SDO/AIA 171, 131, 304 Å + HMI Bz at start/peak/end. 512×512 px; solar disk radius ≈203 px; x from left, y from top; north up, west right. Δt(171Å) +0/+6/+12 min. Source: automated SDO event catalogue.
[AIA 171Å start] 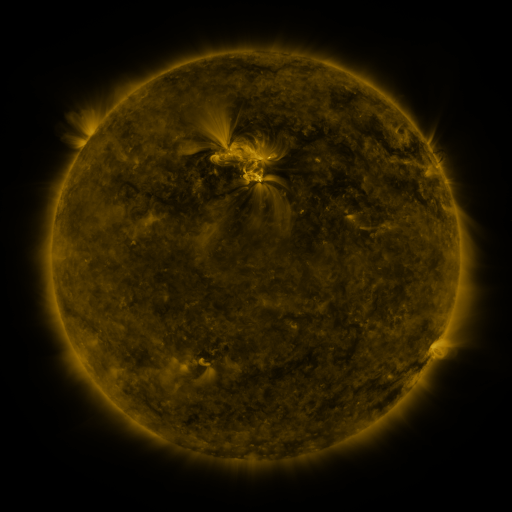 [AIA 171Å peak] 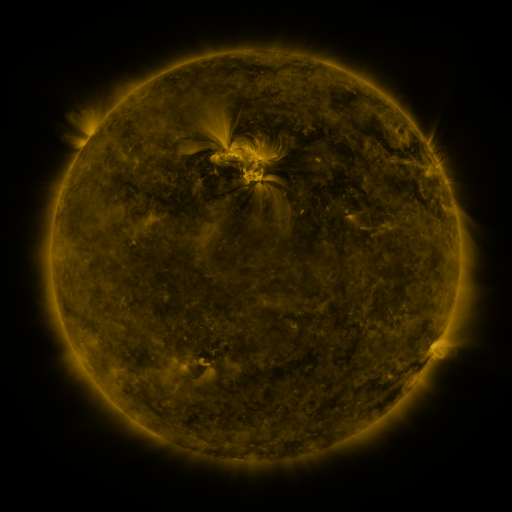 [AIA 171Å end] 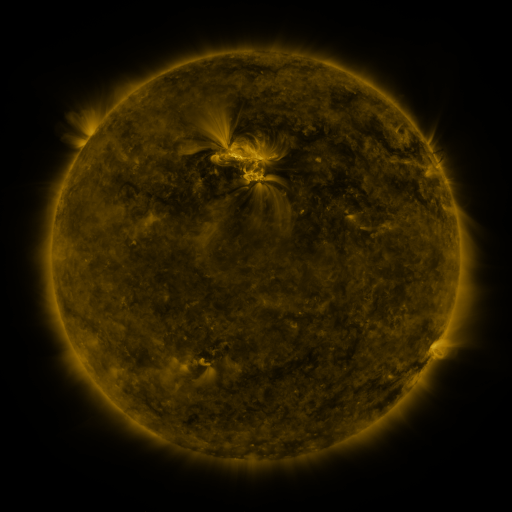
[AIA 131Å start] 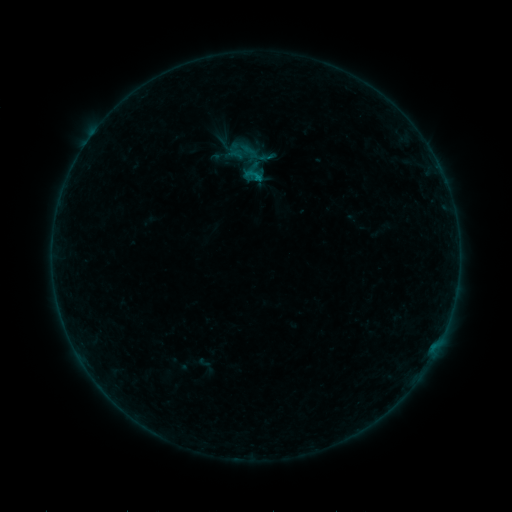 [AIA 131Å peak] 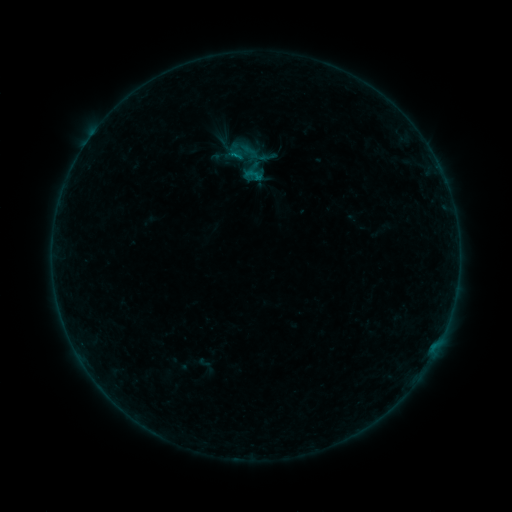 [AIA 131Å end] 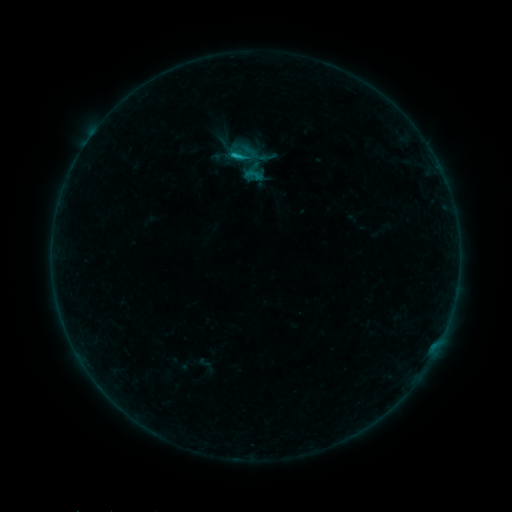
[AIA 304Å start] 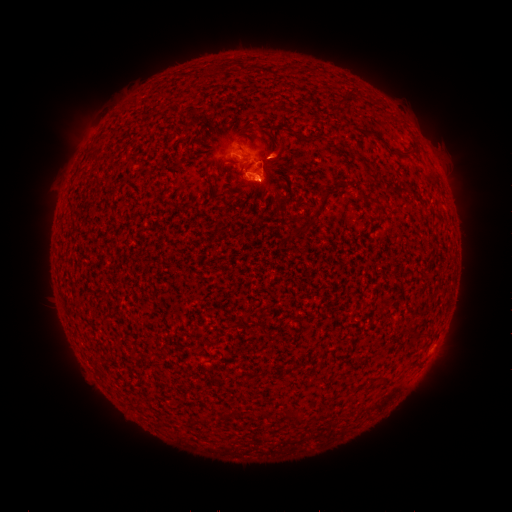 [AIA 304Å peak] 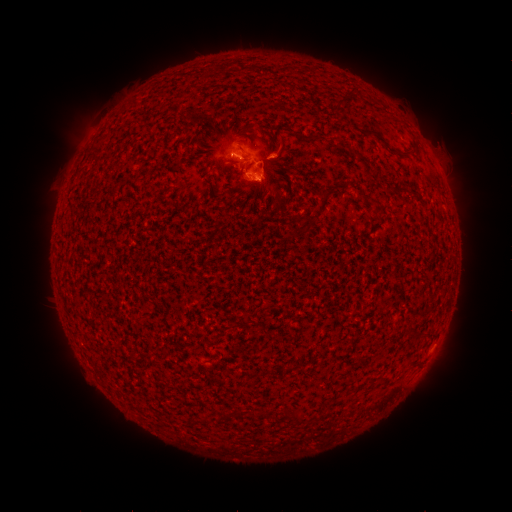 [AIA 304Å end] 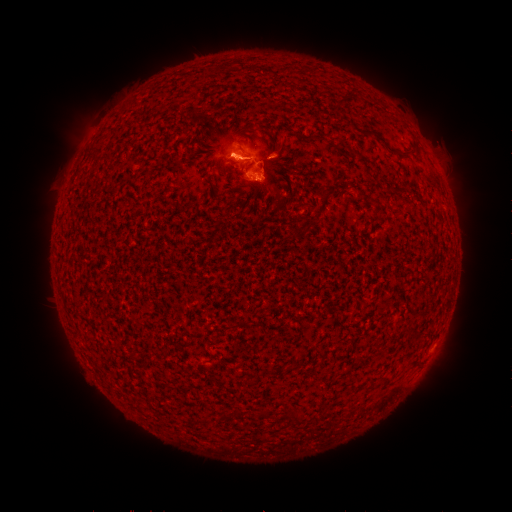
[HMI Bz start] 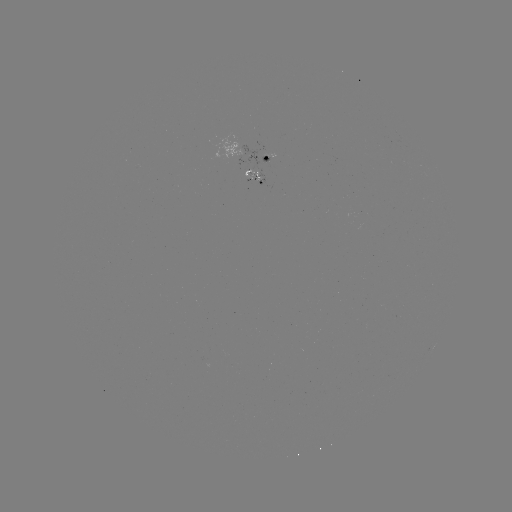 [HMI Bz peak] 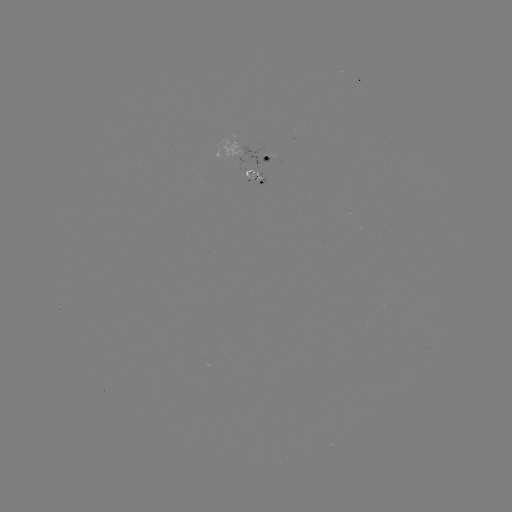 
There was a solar flare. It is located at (256, 179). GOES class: C1.1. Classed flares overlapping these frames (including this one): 1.